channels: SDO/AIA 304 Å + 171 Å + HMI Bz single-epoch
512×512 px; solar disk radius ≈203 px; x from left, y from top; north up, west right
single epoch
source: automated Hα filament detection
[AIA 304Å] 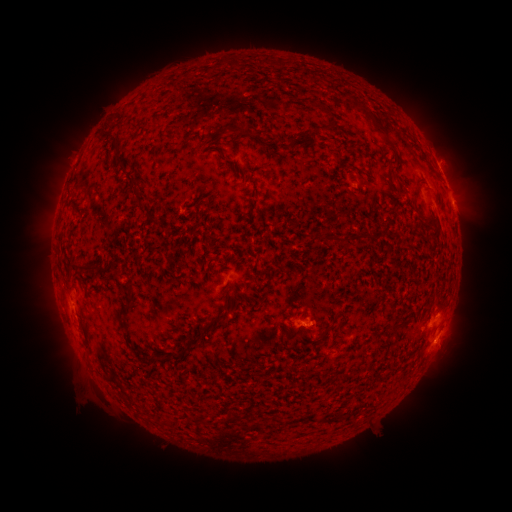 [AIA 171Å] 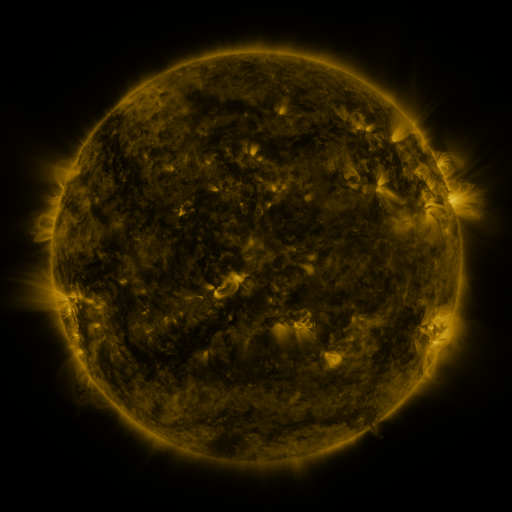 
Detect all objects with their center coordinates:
filament: (325, 111)
filament: (327, 128)
filament: (387, 136)
filament: (114, 138)
filament: (392, 170)
filament: (132, 182)
filament: (140, 200)
filament: (329, 239)
filament: (73, 266)
filament: (122, 308)
filament: (174, 357)
